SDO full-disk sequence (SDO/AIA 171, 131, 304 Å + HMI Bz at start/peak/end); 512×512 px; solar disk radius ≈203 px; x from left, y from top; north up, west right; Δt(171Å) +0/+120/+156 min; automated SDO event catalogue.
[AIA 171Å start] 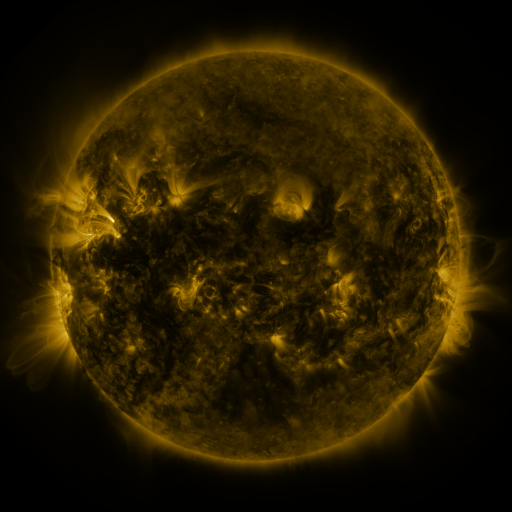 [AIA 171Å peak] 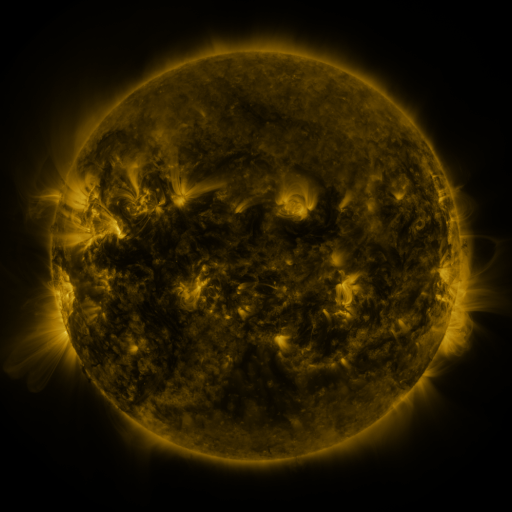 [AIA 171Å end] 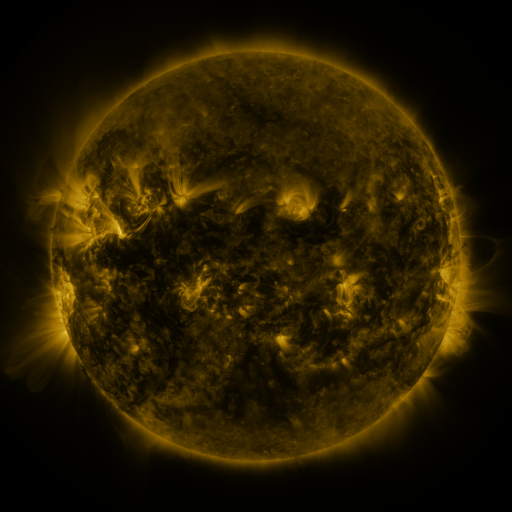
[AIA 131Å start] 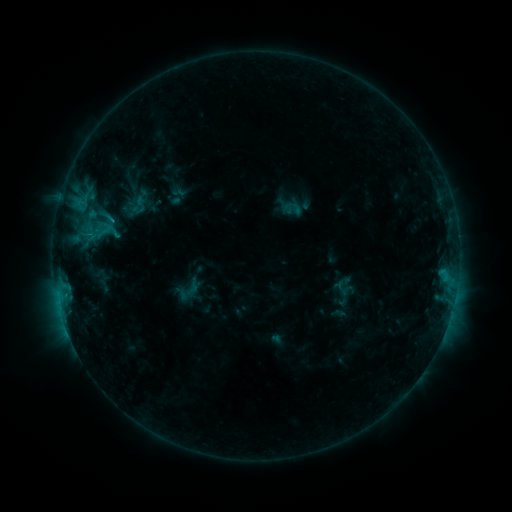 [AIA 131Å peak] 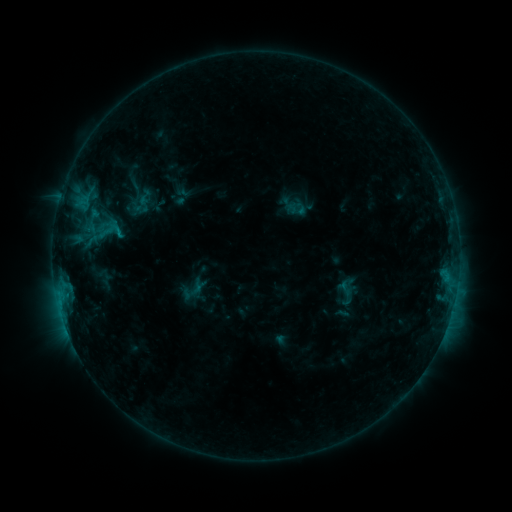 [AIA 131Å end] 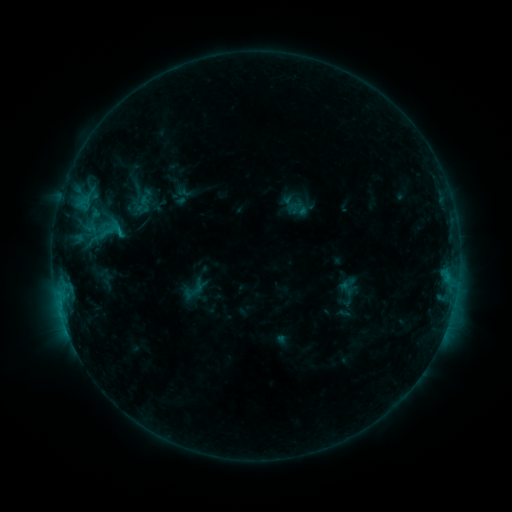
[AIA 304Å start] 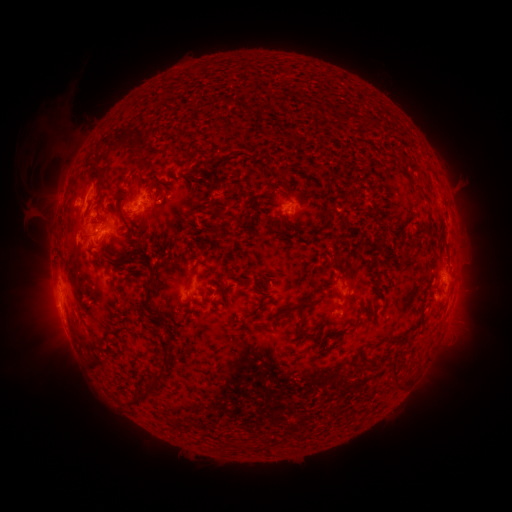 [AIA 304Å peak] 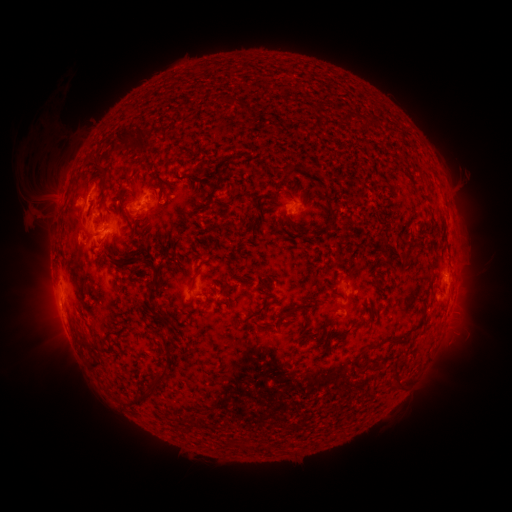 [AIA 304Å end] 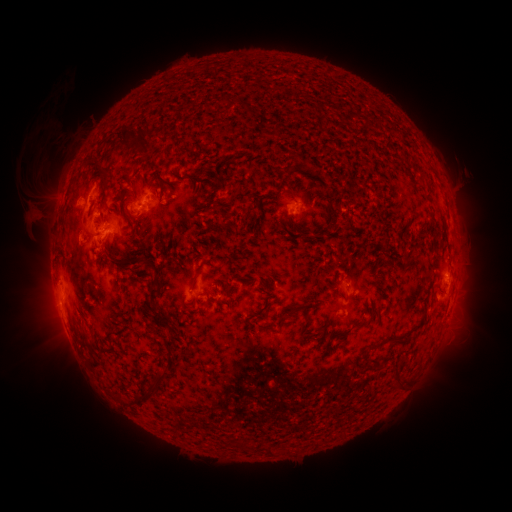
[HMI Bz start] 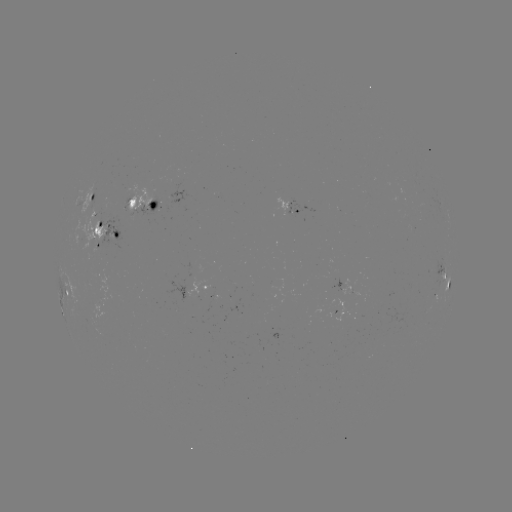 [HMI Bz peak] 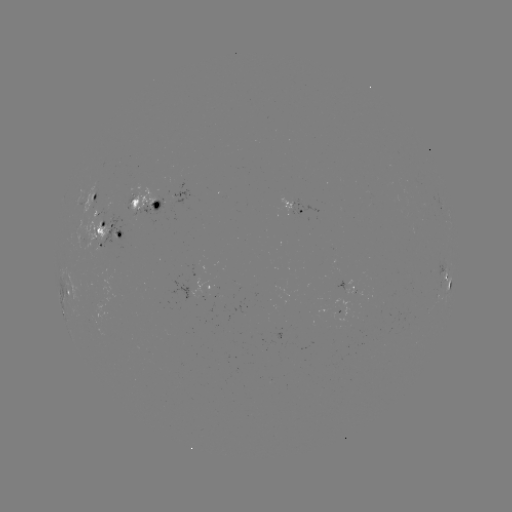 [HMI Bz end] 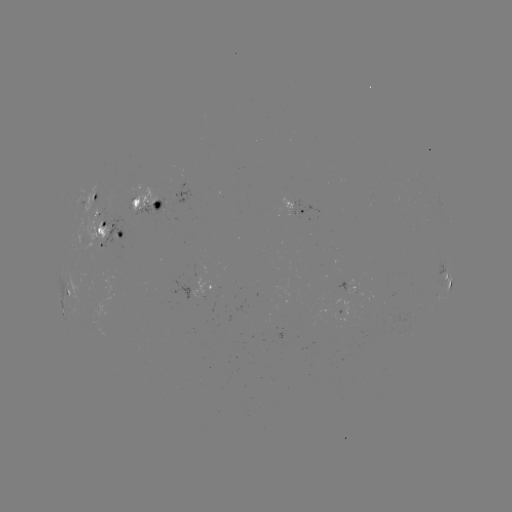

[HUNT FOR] emerging-flux region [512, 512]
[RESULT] [99, 216]